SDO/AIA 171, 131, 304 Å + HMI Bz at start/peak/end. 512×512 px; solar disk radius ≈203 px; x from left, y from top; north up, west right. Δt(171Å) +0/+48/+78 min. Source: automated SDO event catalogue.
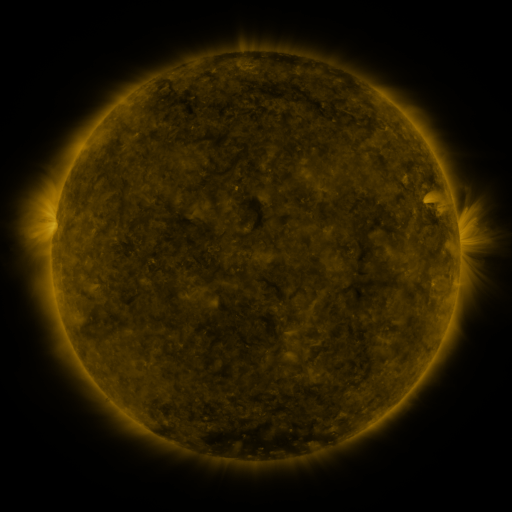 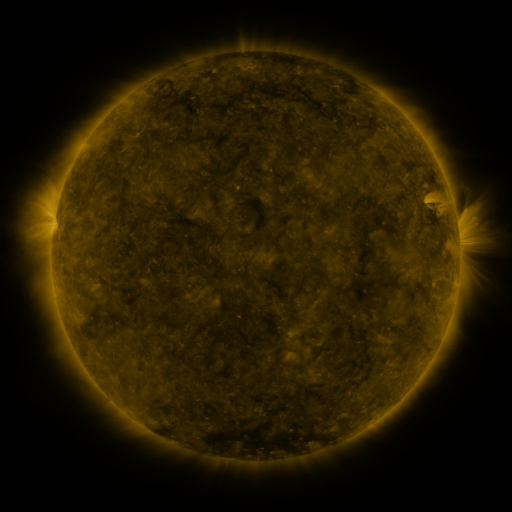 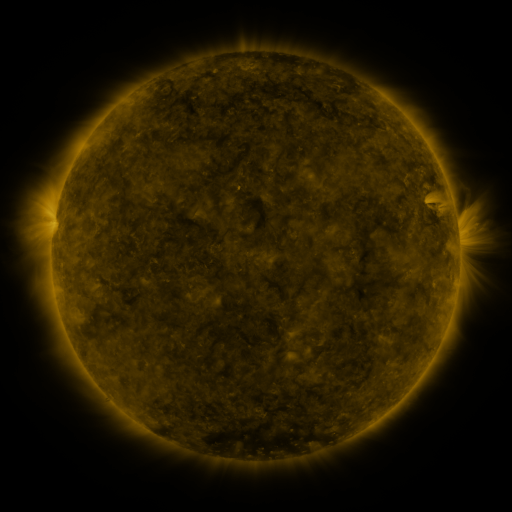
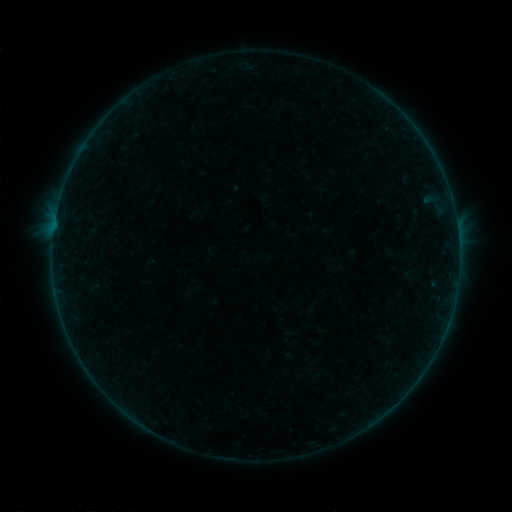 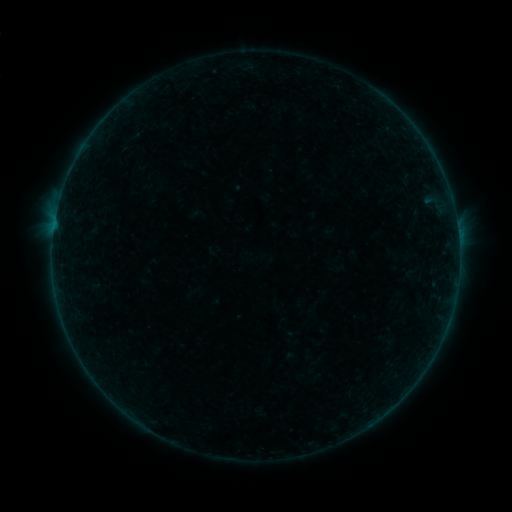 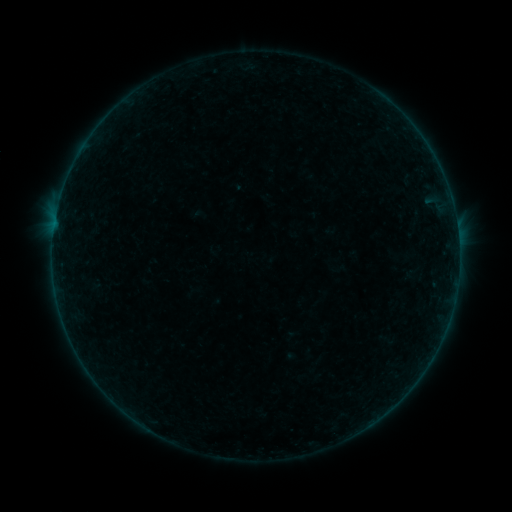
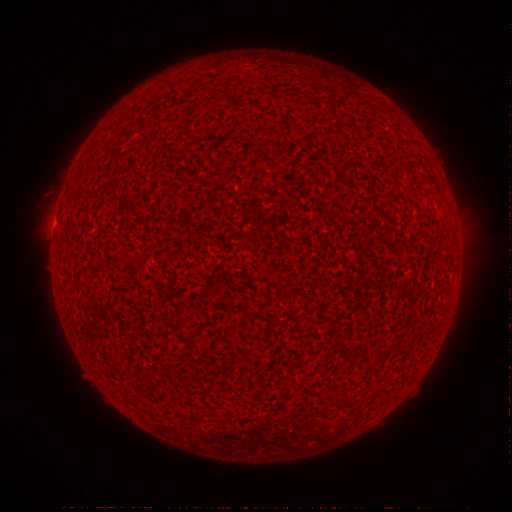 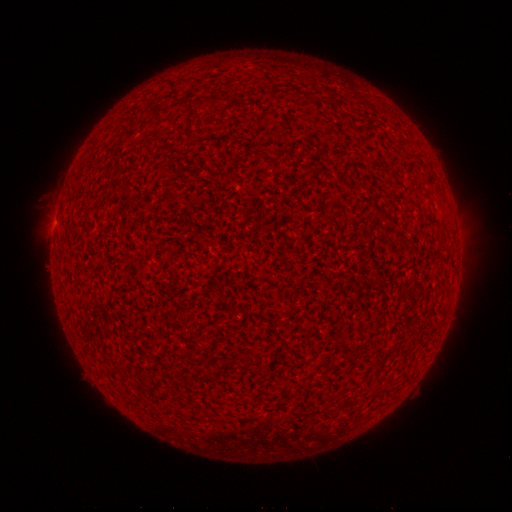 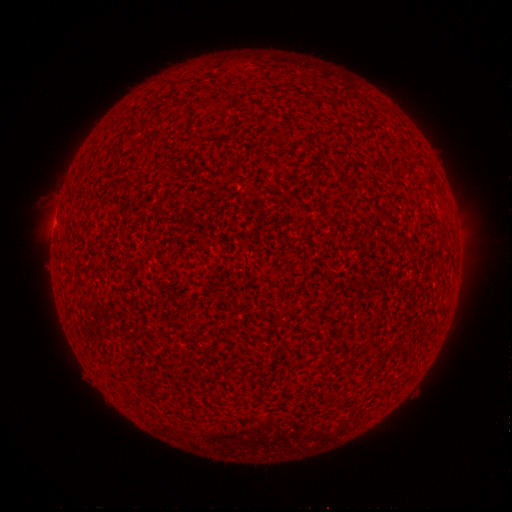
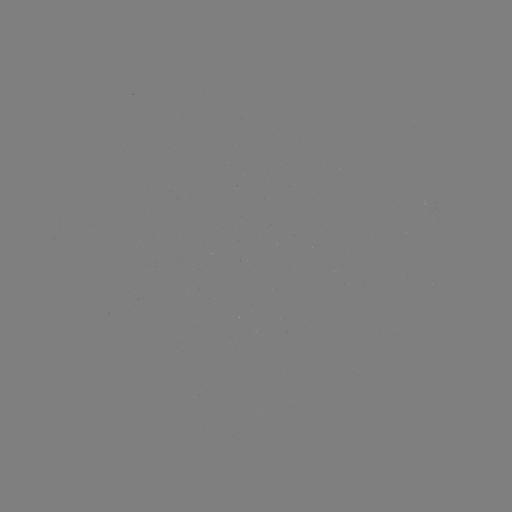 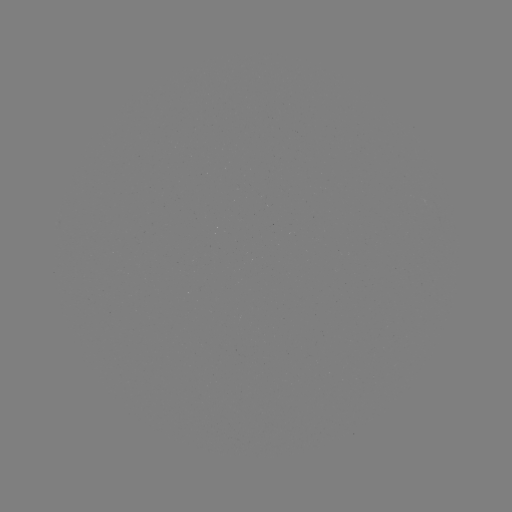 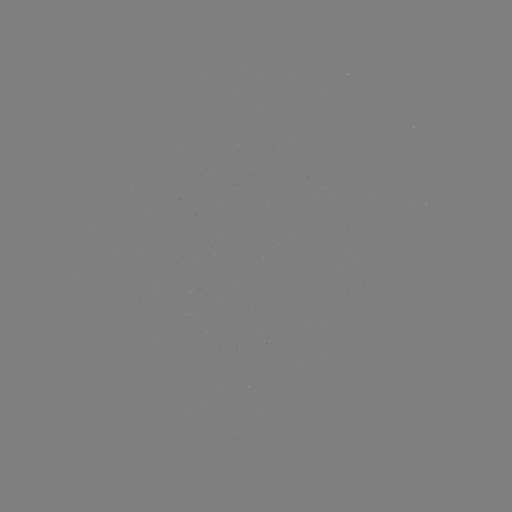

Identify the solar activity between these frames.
B1.5 flare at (458, 238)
